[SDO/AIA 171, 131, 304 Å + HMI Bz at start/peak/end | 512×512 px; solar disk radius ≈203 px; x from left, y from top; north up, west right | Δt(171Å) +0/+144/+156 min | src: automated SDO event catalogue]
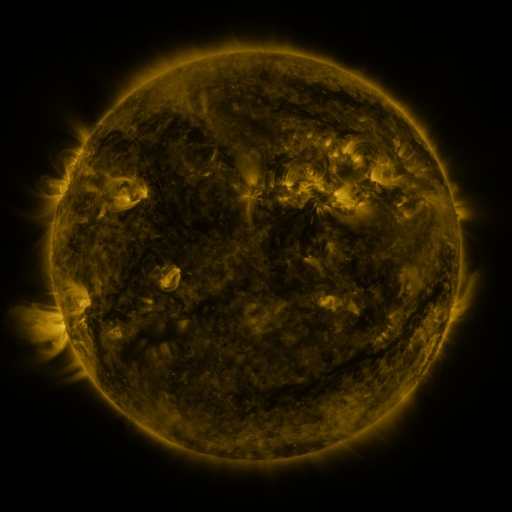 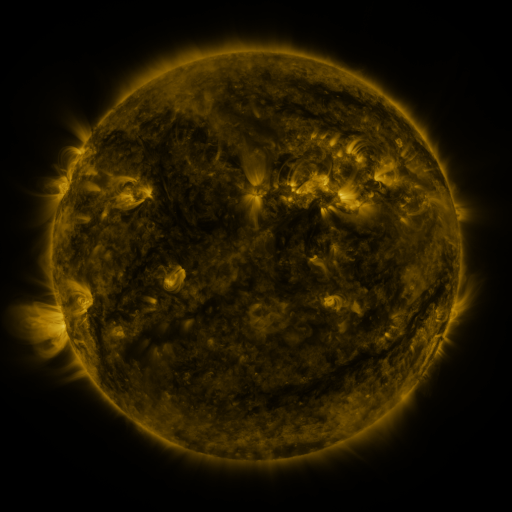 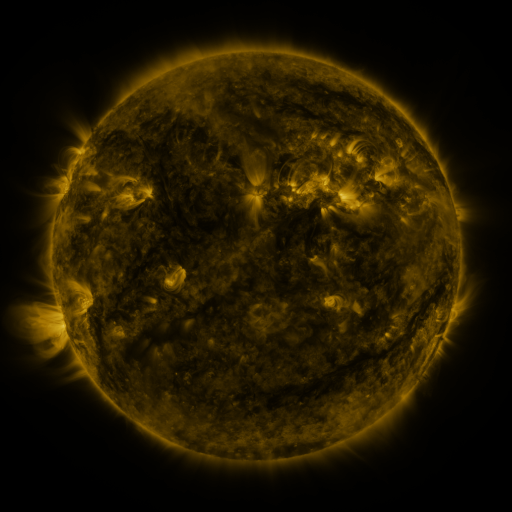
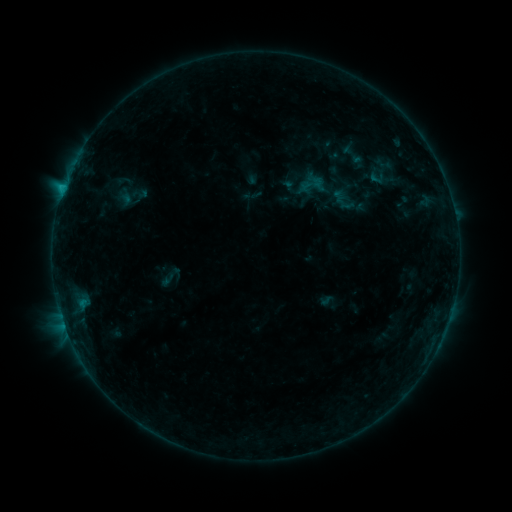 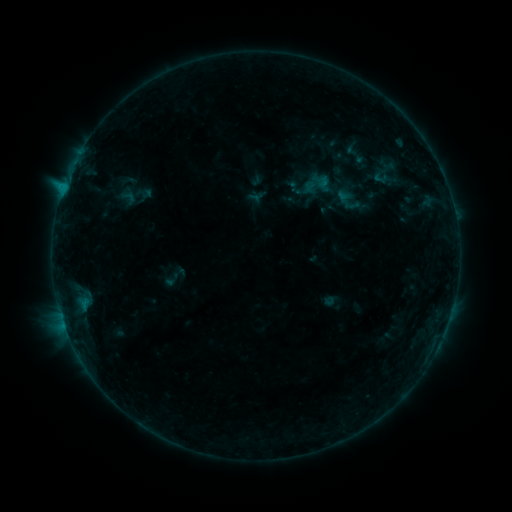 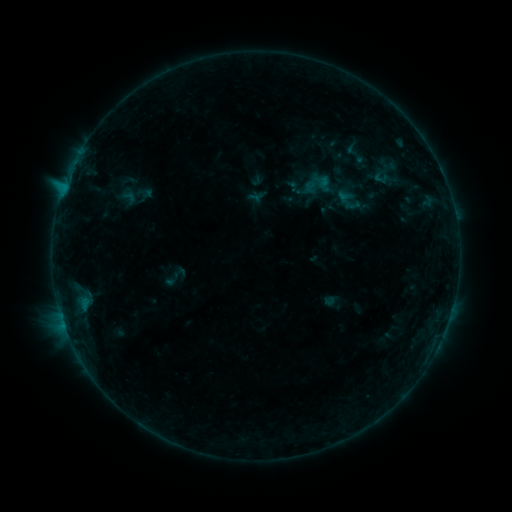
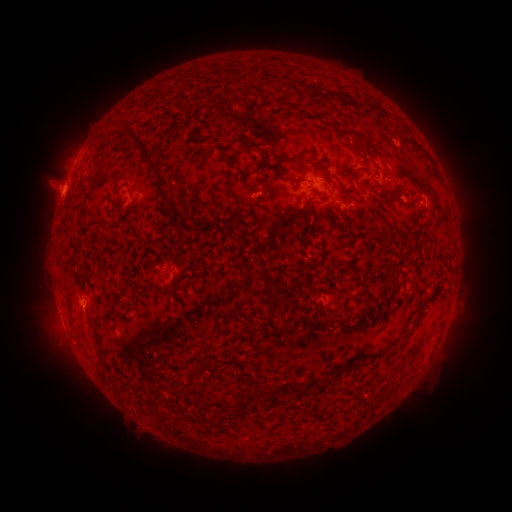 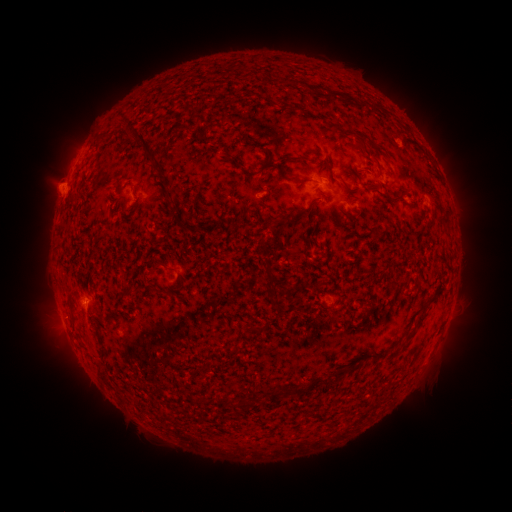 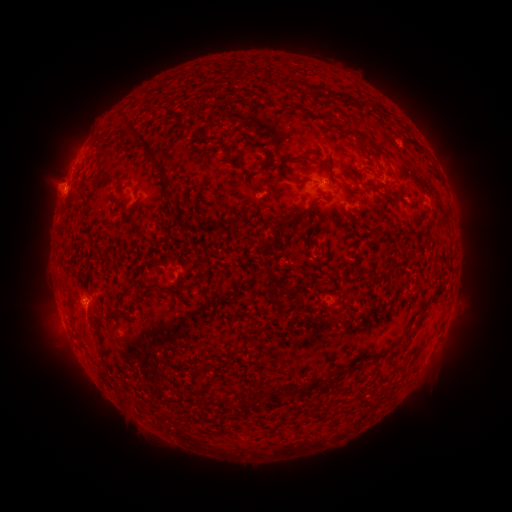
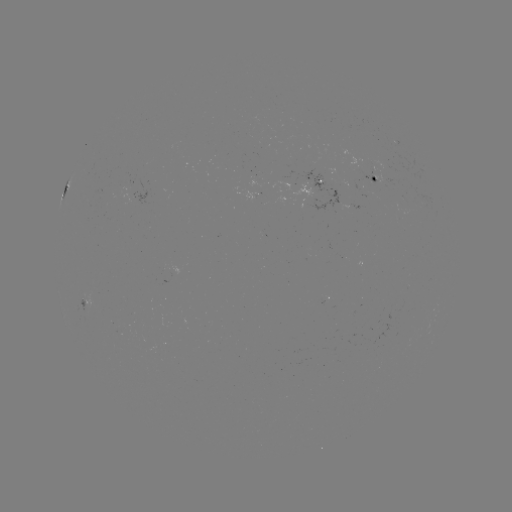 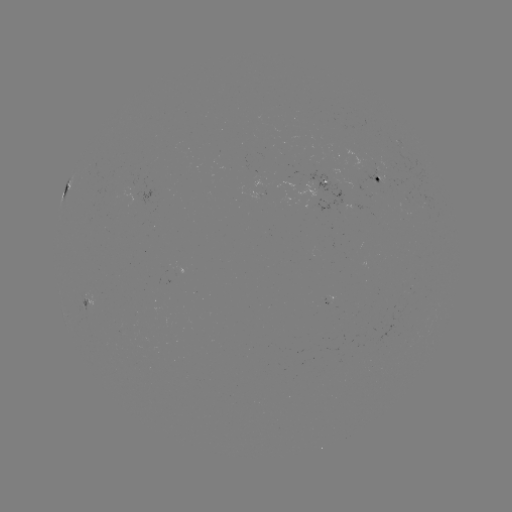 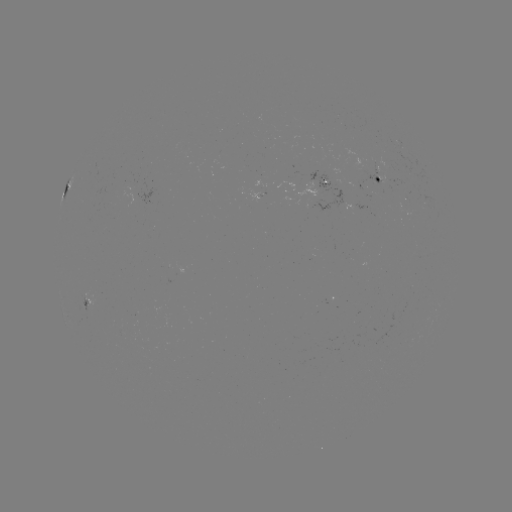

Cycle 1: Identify emerging-flux region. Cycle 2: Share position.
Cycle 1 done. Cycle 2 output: [316, 196].